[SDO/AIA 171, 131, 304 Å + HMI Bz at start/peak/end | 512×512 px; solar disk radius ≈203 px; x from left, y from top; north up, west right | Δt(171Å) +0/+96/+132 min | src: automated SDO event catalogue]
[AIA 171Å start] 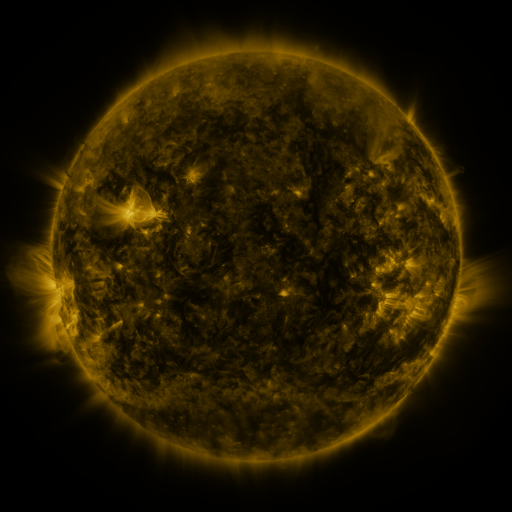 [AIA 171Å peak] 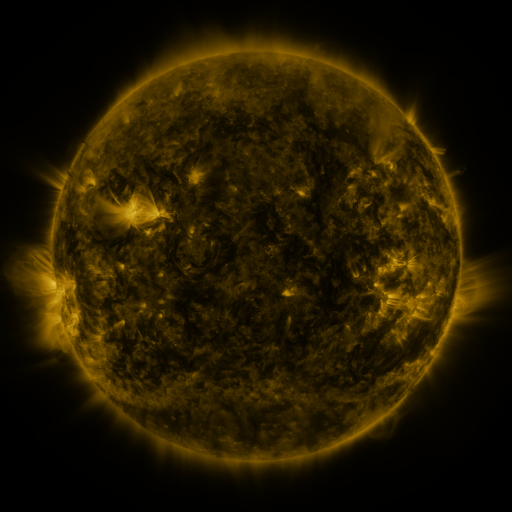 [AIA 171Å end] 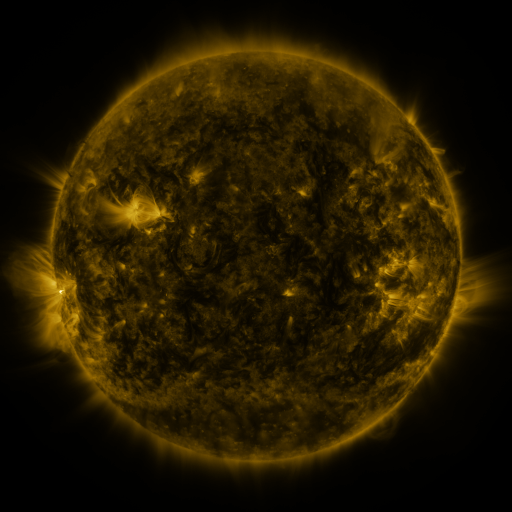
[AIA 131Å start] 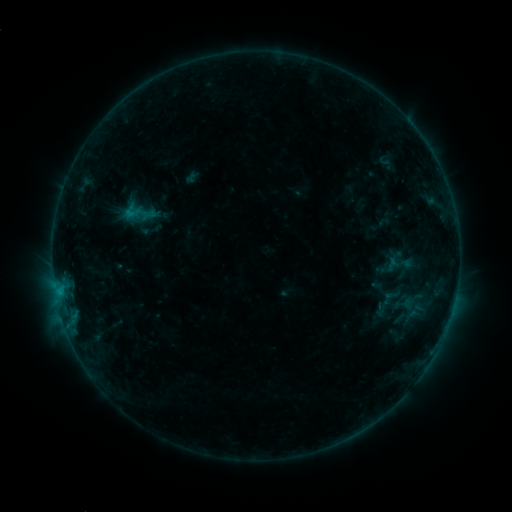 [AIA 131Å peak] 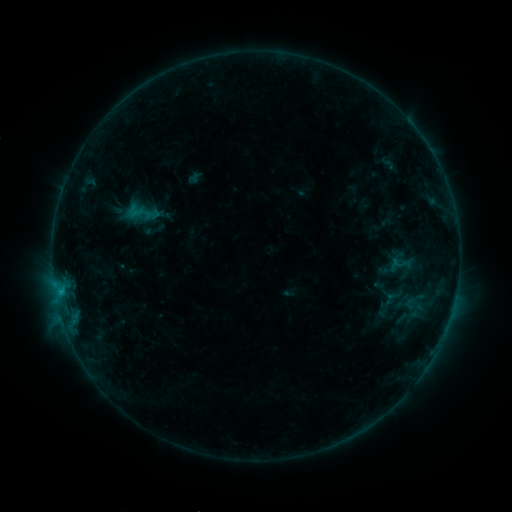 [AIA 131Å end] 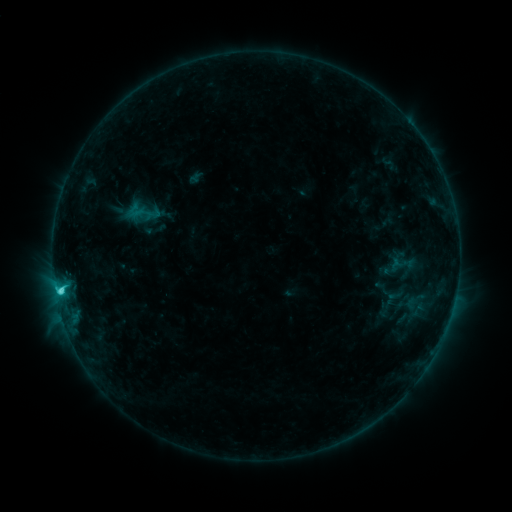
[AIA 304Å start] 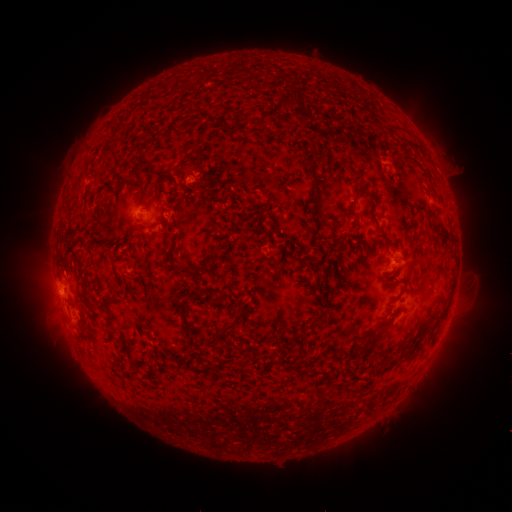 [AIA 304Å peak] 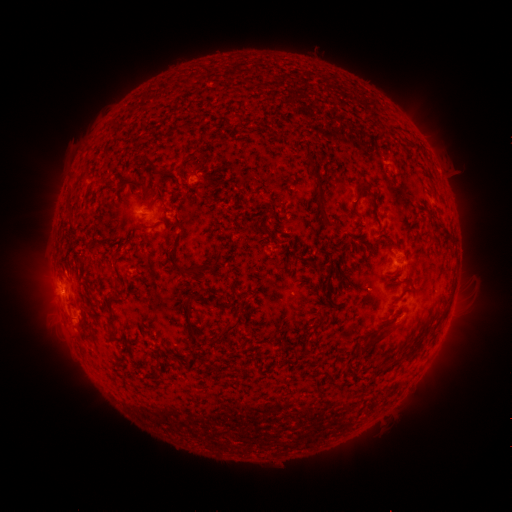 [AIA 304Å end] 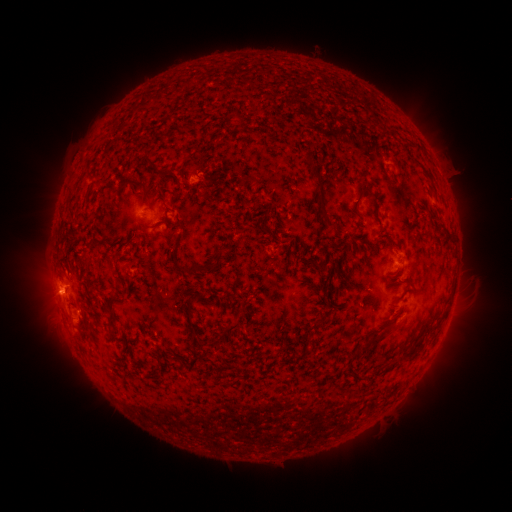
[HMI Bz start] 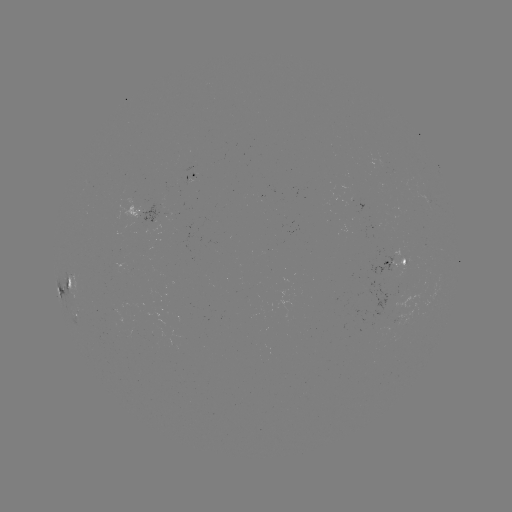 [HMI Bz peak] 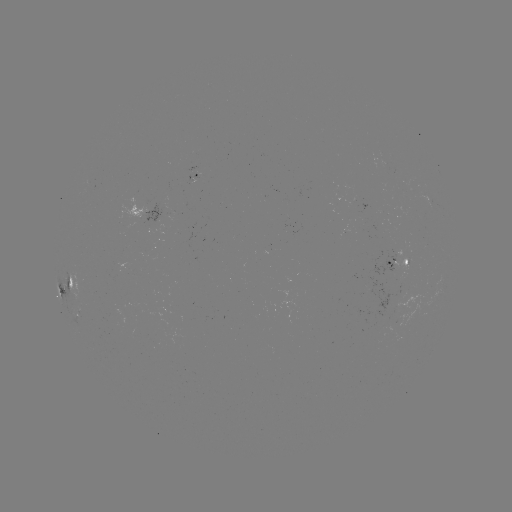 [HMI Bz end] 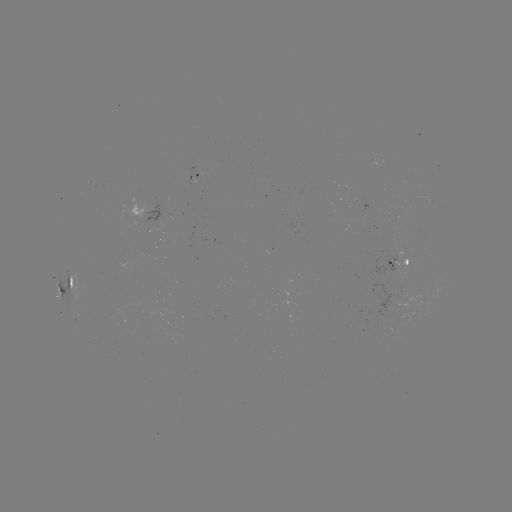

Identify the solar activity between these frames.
emerging-flux region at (404, 301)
